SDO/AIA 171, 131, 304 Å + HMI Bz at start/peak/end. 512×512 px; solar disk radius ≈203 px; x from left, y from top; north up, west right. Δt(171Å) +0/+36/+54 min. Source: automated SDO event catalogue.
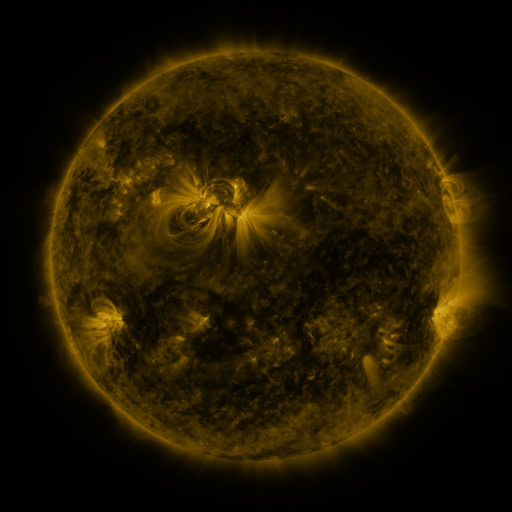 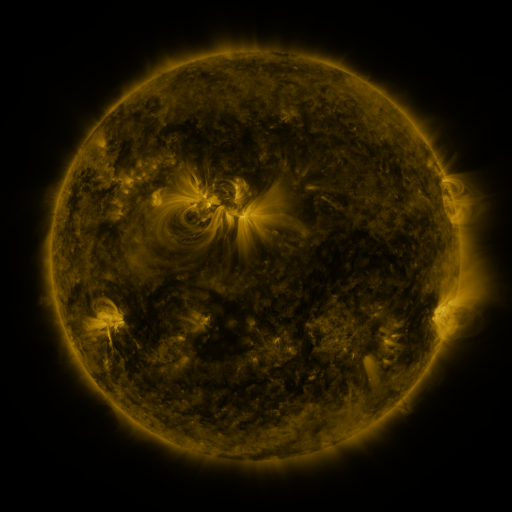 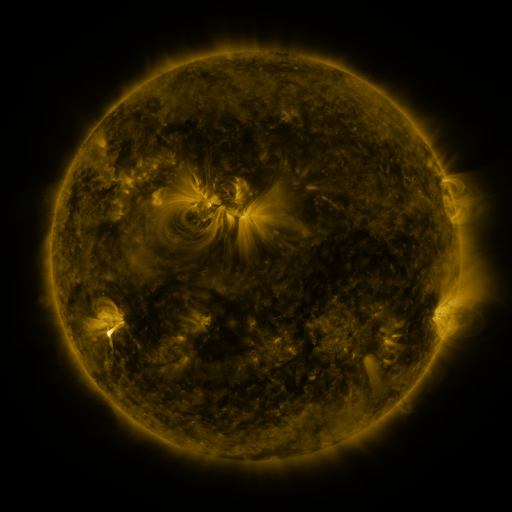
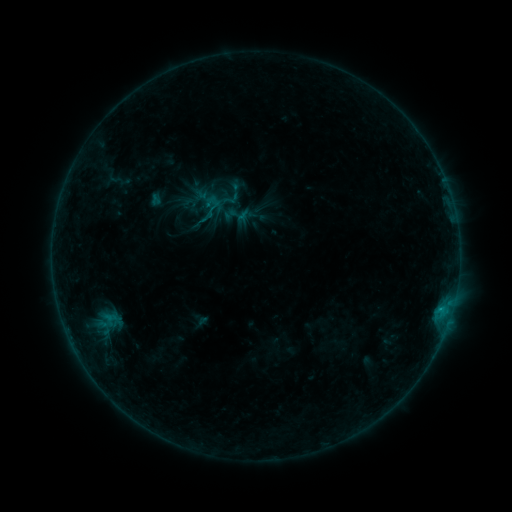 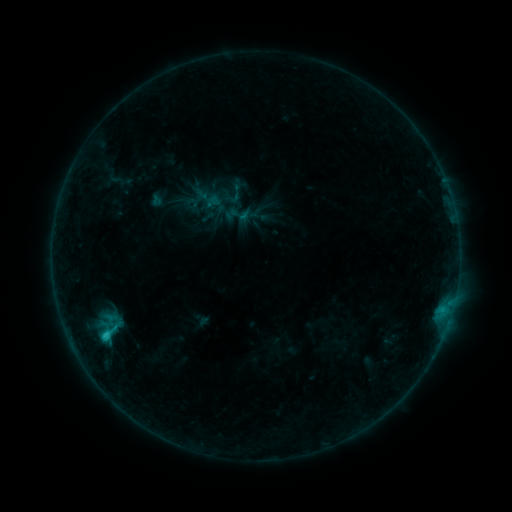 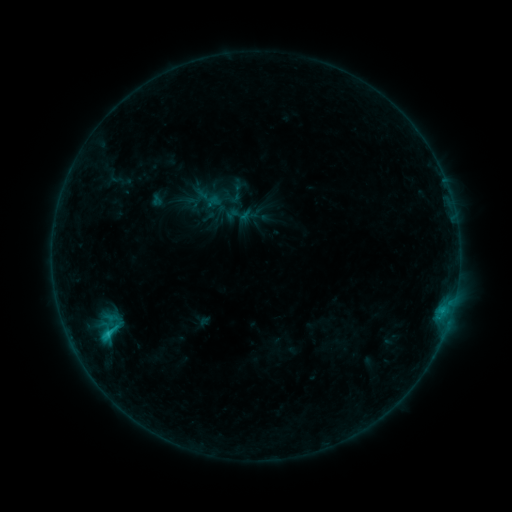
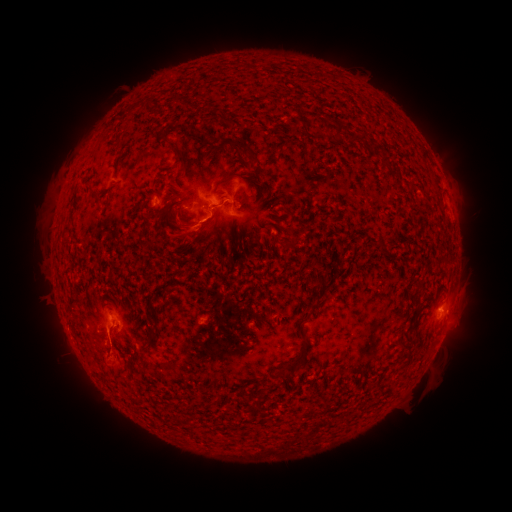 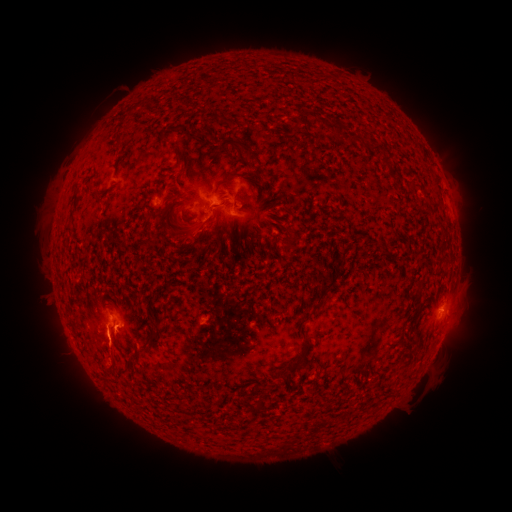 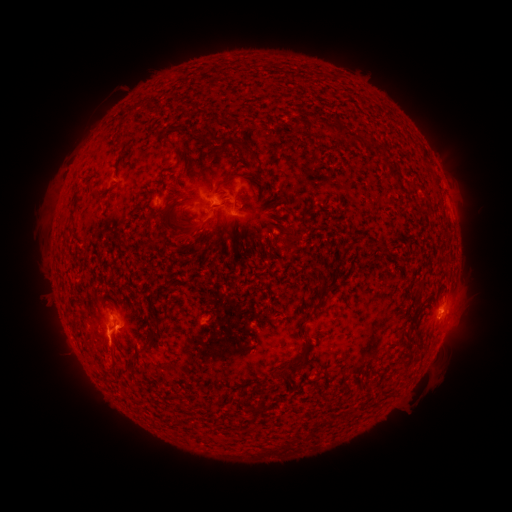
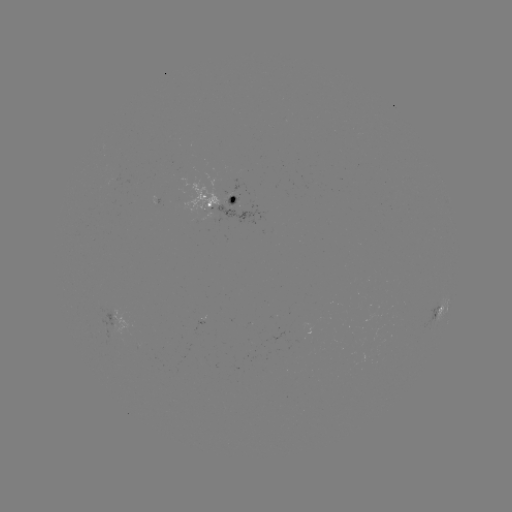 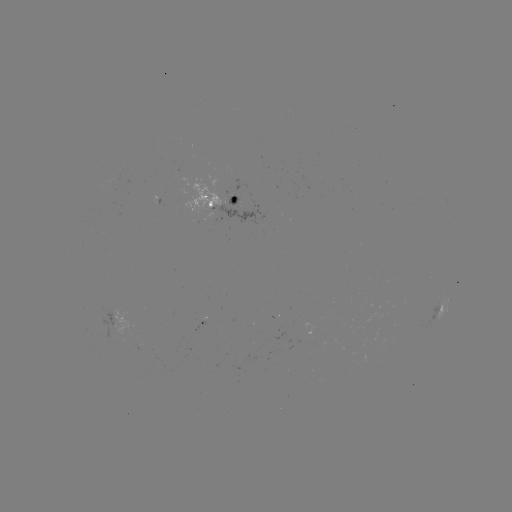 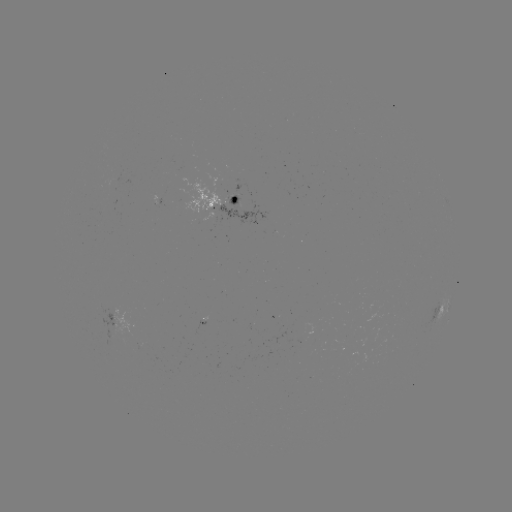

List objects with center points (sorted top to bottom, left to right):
C1.5 flare: (106, 332)
